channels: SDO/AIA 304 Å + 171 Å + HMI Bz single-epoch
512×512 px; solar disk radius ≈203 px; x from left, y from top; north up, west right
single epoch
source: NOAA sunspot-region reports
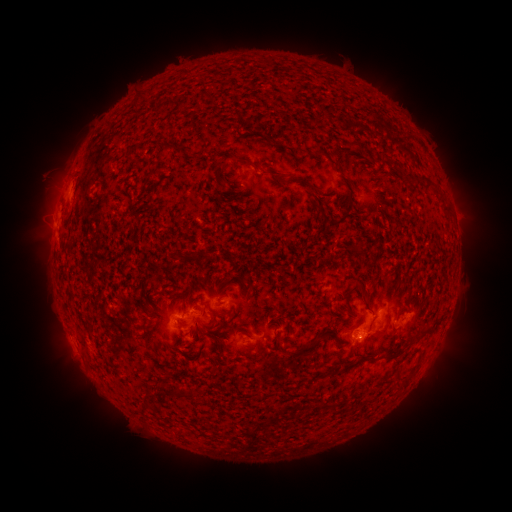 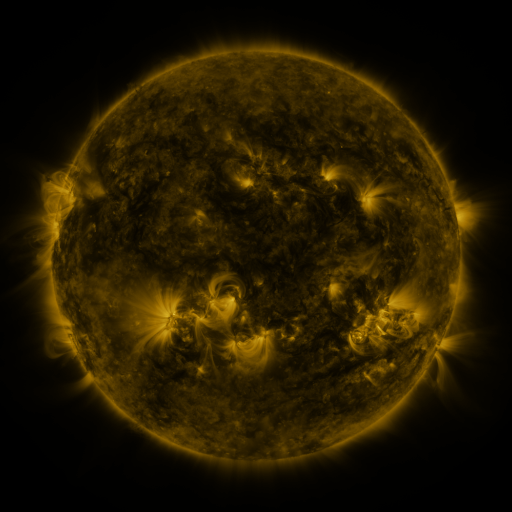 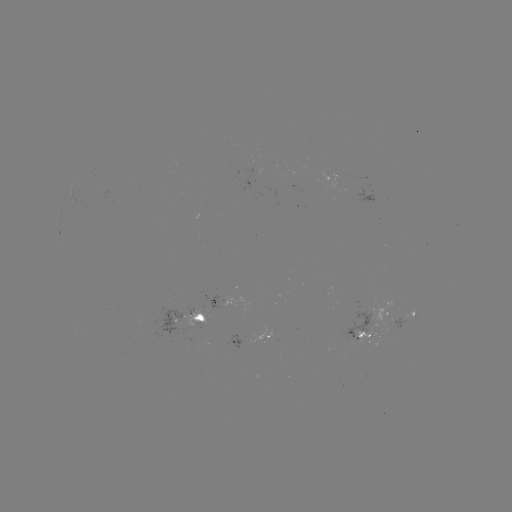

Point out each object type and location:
spotted active region: (369, 199)
spotted active region: (69, 202)
spotted active region: (231, 295)
spotted active region: (193, 316)
spotted active region: (407, 320)
spotted active region: (374, 325)
spotted active region: (252, 339)
